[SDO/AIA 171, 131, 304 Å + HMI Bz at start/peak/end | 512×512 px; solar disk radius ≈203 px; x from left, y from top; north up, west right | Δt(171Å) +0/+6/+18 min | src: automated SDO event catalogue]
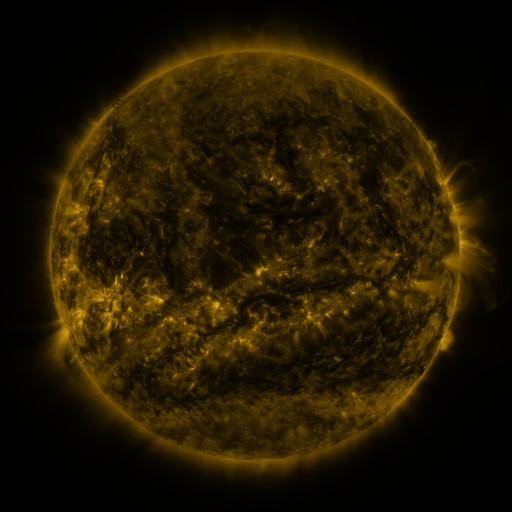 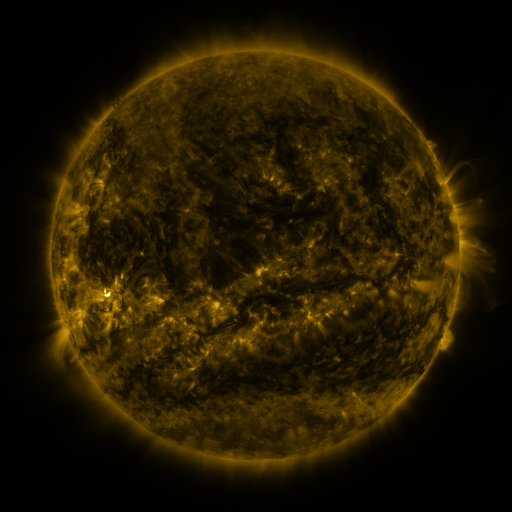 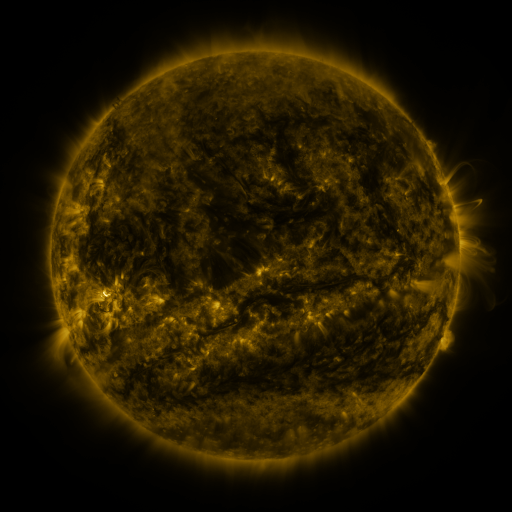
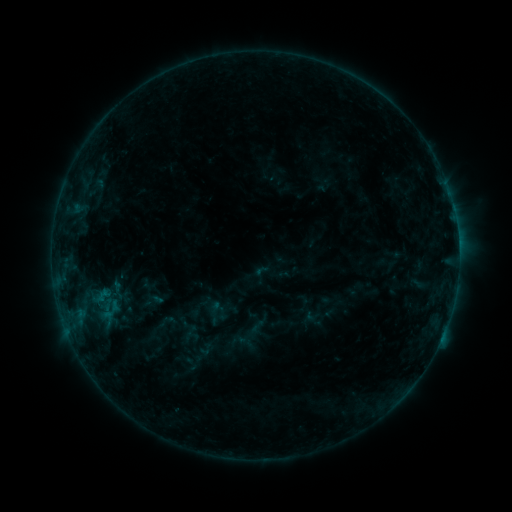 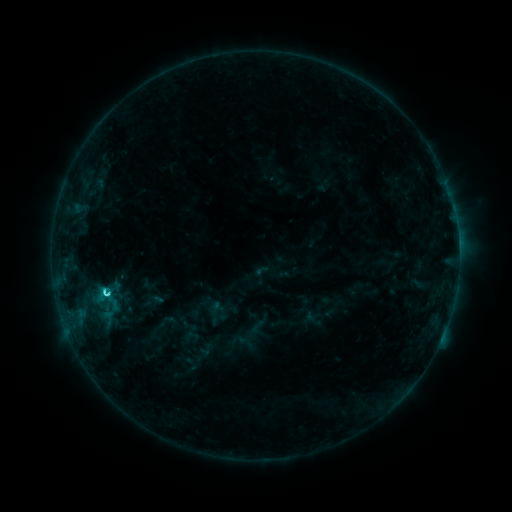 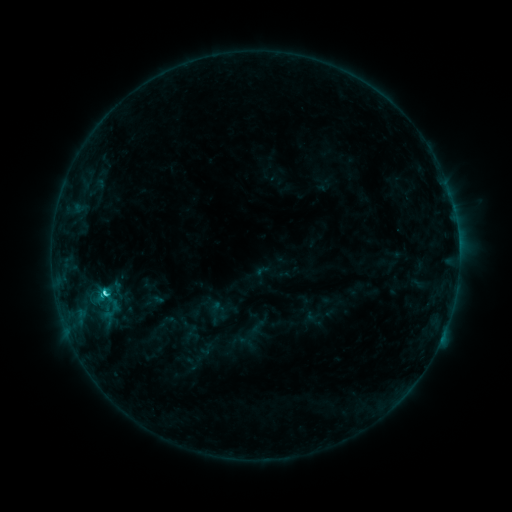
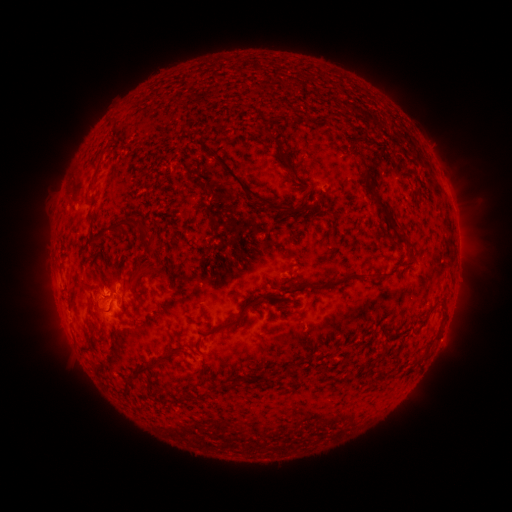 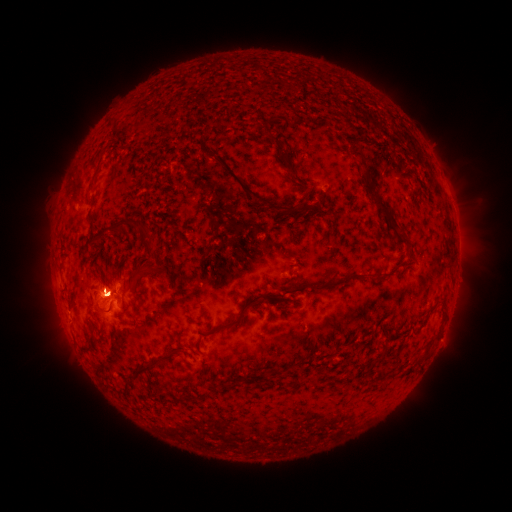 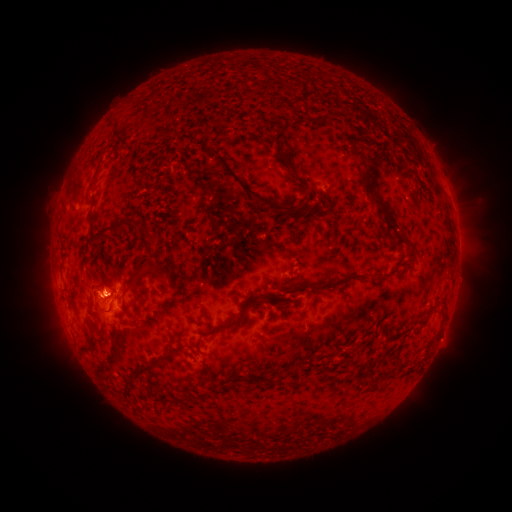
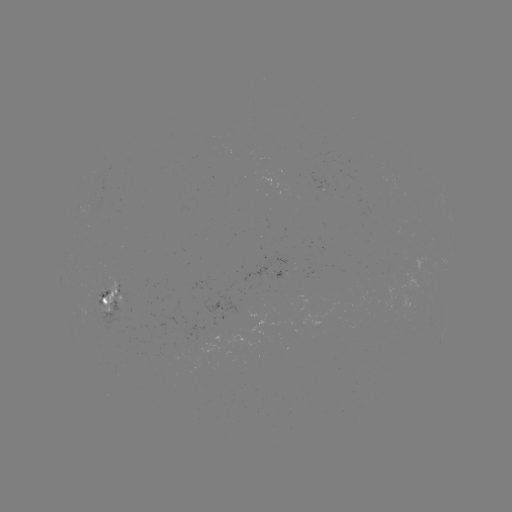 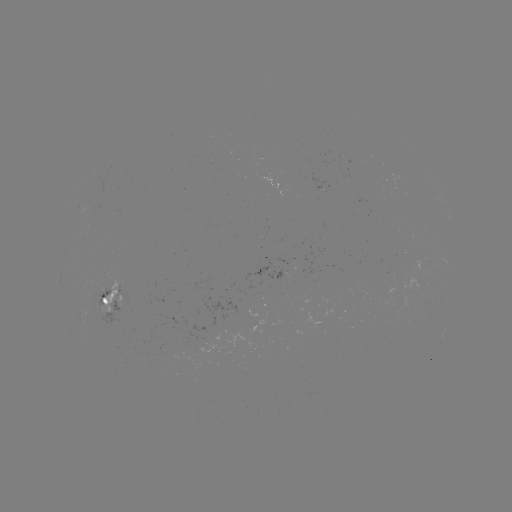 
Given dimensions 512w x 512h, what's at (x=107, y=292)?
C4.0 flare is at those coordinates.